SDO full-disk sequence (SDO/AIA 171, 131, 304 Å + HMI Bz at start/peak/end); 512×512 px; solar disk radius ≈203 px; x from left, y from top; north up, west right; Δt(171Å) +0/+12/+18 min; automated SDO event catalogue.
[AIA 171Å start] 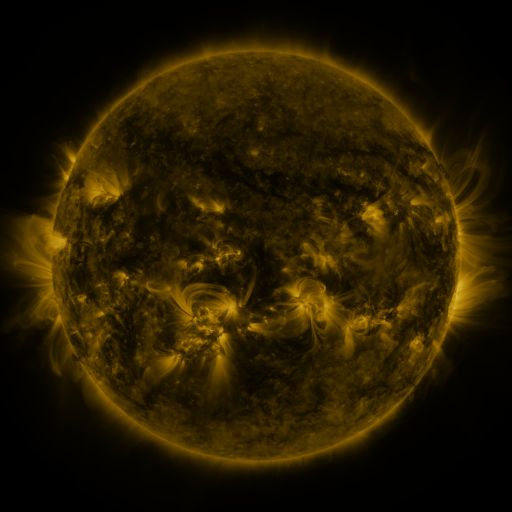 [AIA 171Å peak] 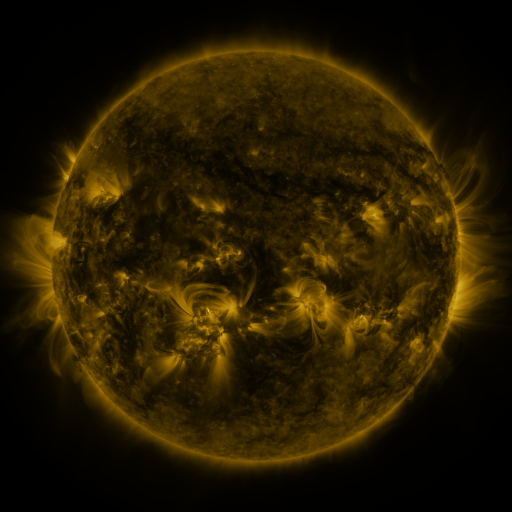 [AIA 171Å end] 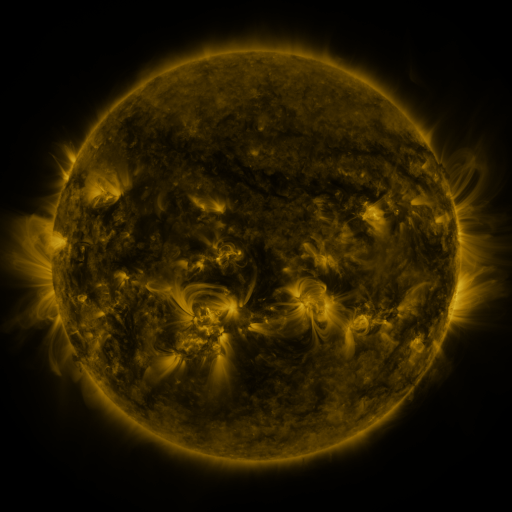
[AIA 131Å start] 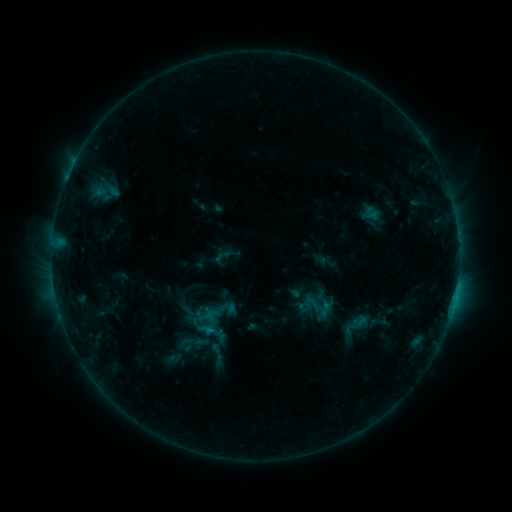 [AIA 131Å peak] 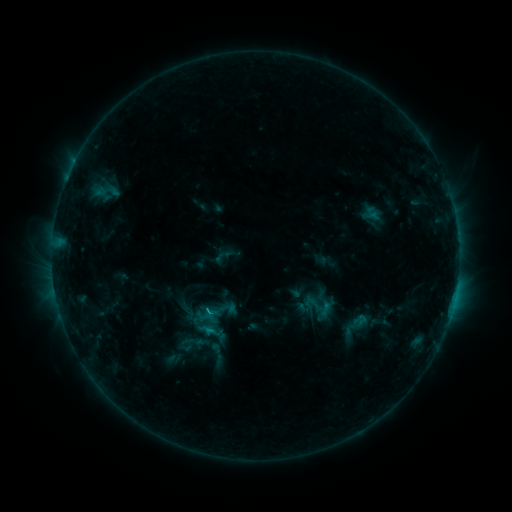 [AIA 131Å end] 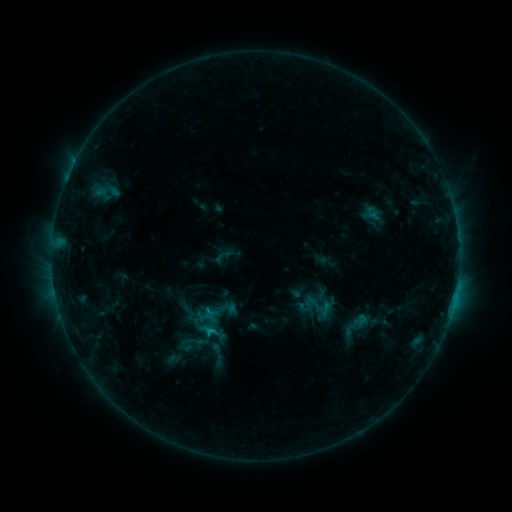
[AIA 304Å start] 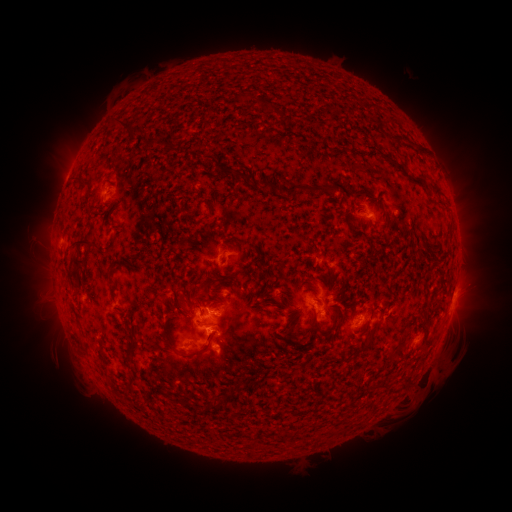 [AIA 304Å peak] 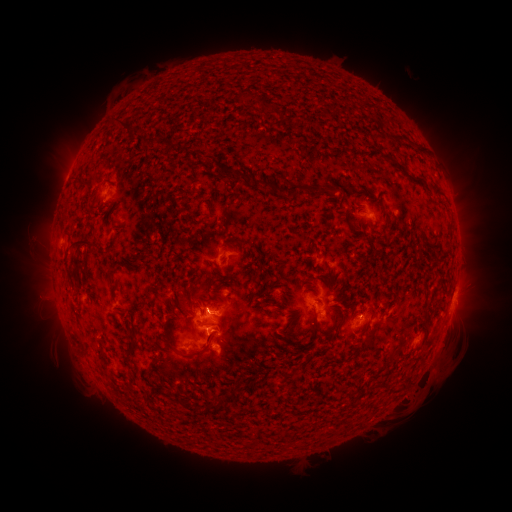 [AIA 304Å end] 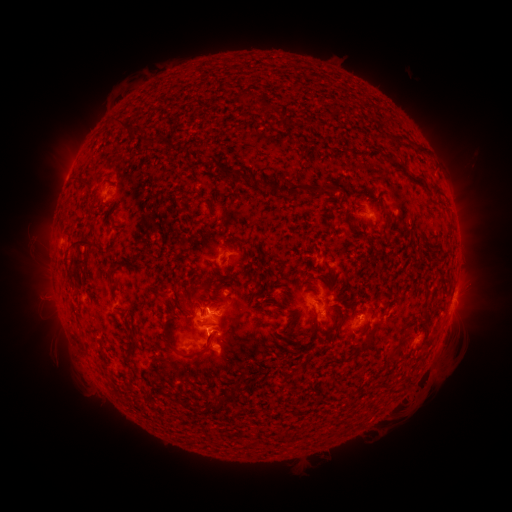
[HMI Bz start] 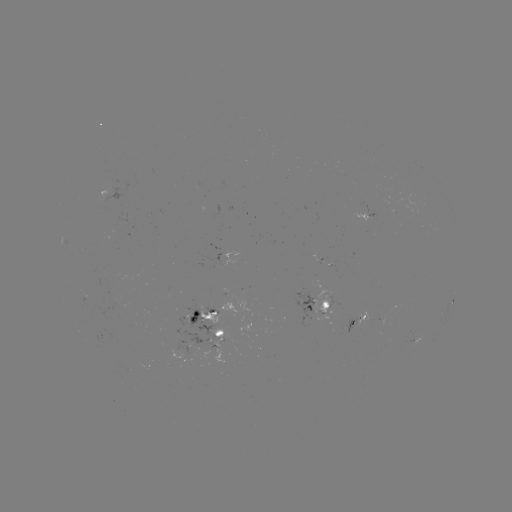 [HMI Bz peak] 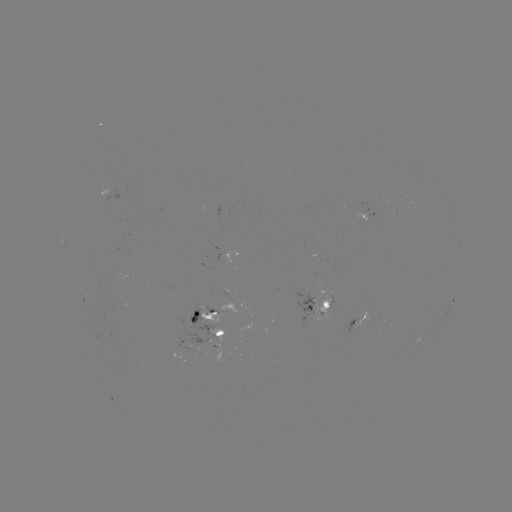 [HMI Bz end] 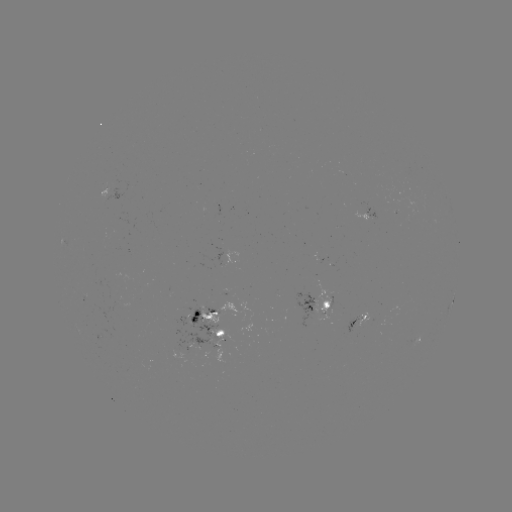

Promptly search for C1.2 flare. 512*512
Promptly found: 210,309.